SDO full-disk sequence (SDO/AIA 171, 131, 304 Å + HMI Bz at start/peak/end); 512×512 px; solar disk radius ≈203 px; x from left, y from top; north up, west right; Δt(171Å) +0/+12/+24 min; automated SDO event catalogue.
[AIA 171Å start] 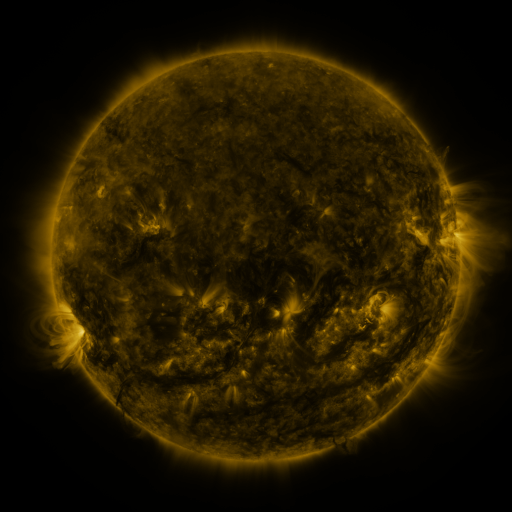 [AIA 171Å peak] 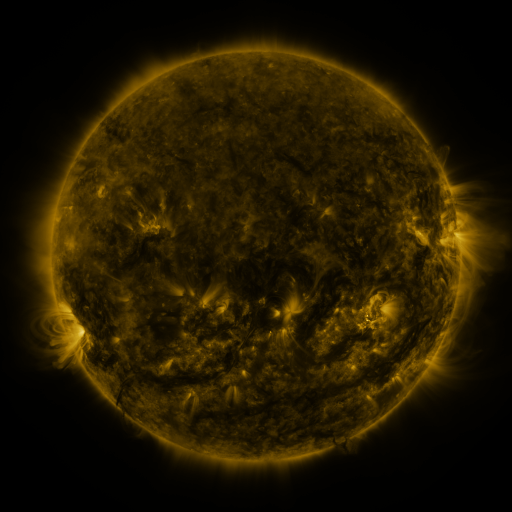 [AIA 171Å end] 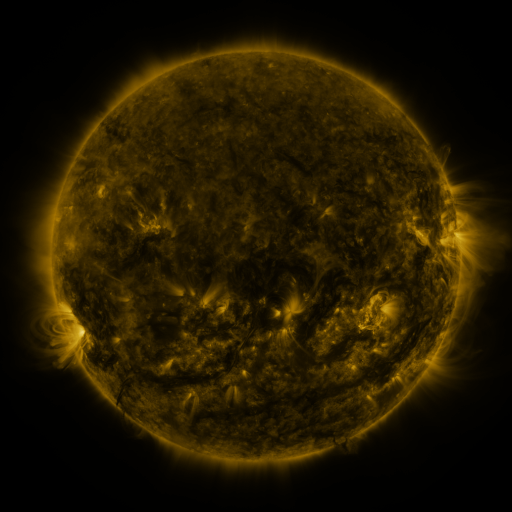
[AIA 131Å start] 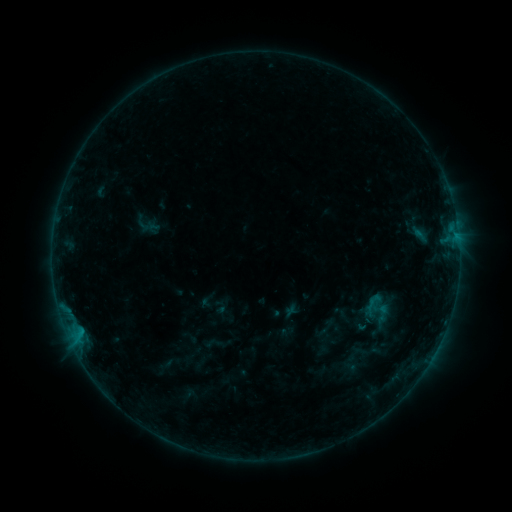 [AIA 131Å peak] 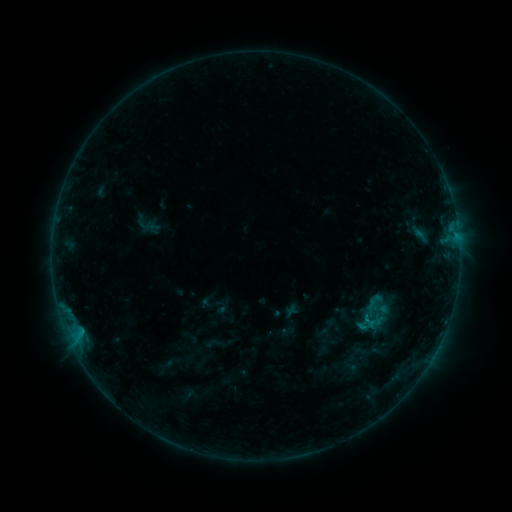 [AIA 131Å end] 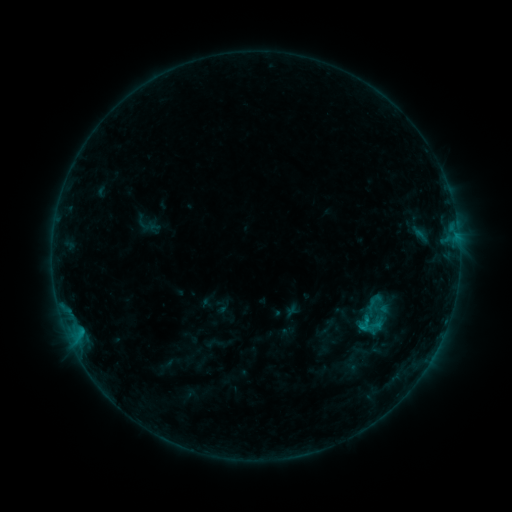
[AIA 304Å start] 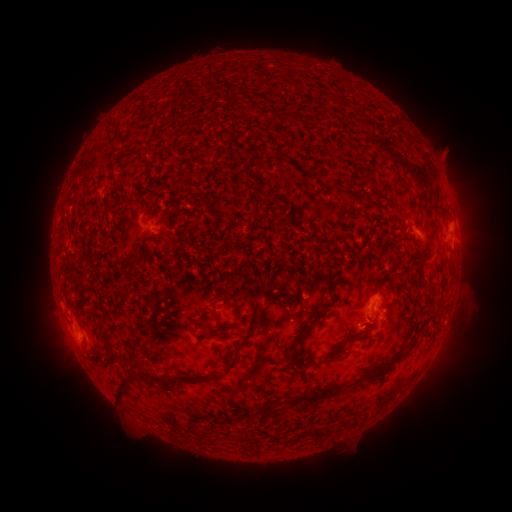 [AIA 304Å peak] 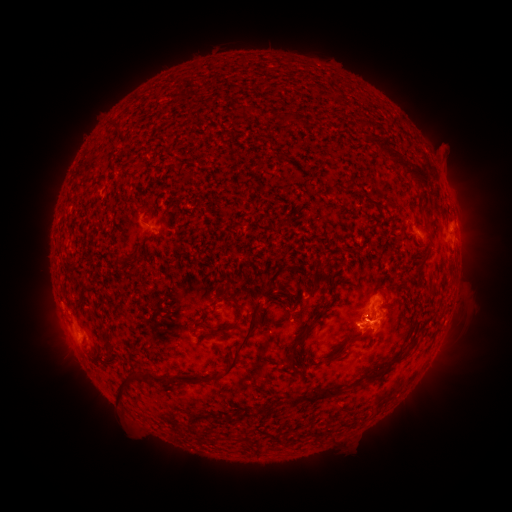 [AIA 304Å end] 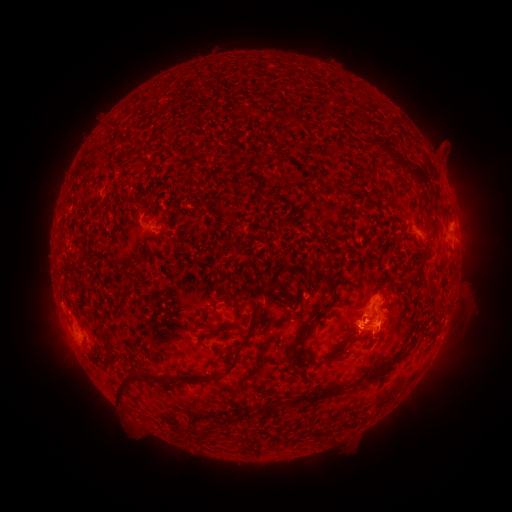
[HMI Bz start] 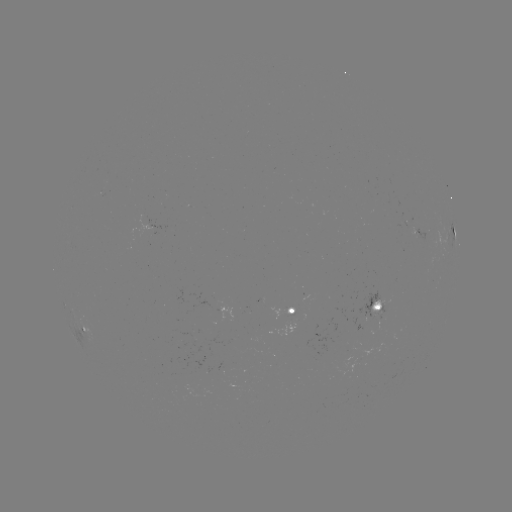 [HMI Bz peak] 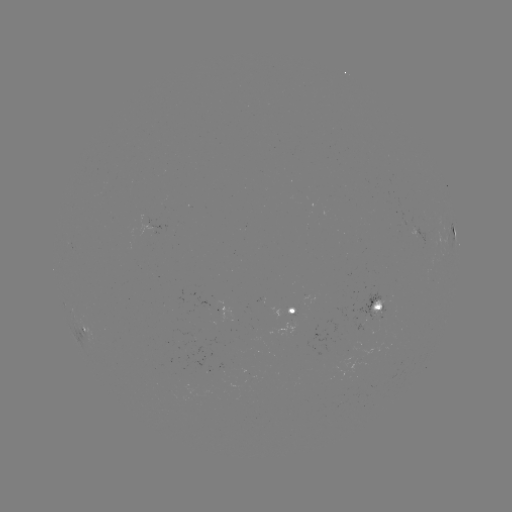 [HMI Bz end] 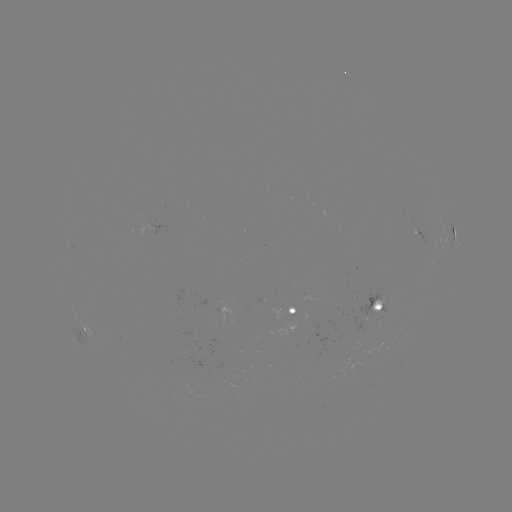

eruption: [339, 309, 414, 355]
